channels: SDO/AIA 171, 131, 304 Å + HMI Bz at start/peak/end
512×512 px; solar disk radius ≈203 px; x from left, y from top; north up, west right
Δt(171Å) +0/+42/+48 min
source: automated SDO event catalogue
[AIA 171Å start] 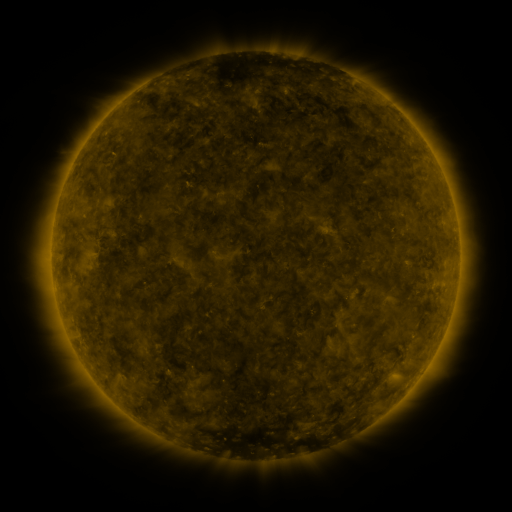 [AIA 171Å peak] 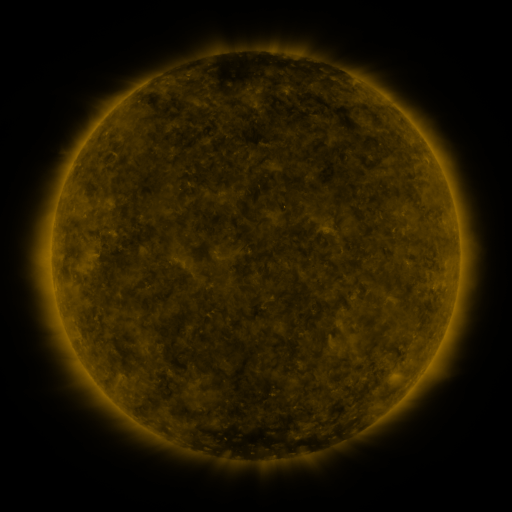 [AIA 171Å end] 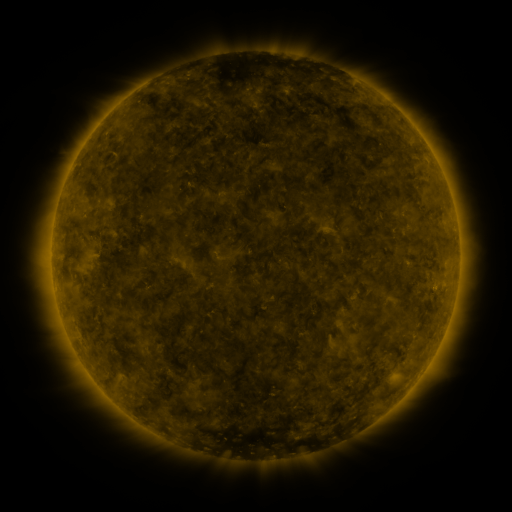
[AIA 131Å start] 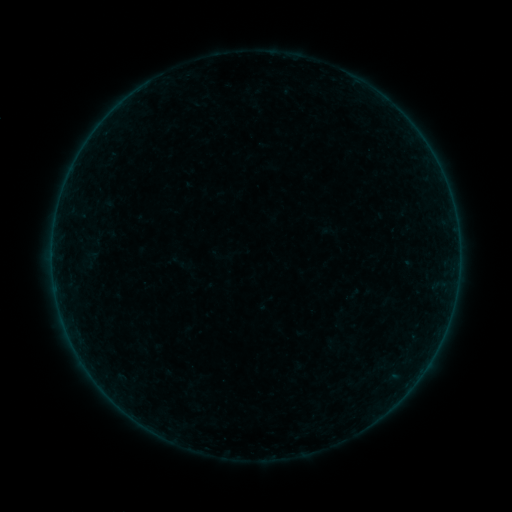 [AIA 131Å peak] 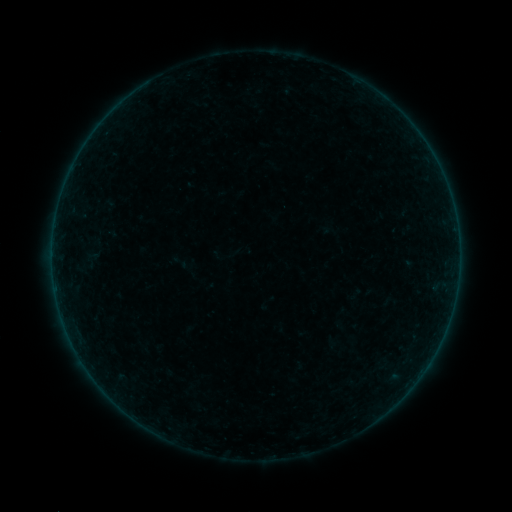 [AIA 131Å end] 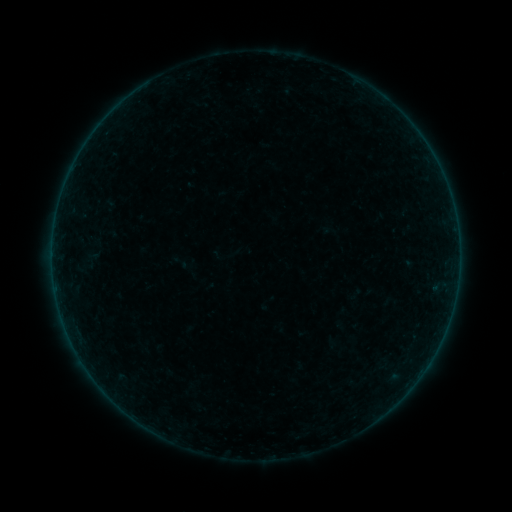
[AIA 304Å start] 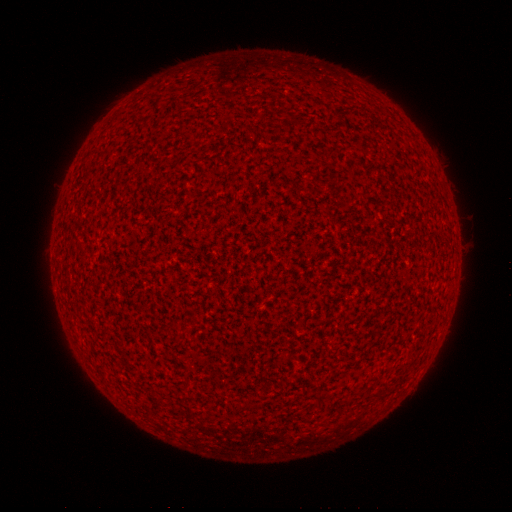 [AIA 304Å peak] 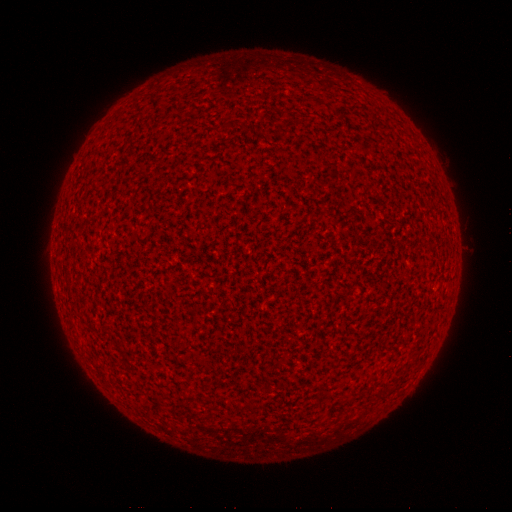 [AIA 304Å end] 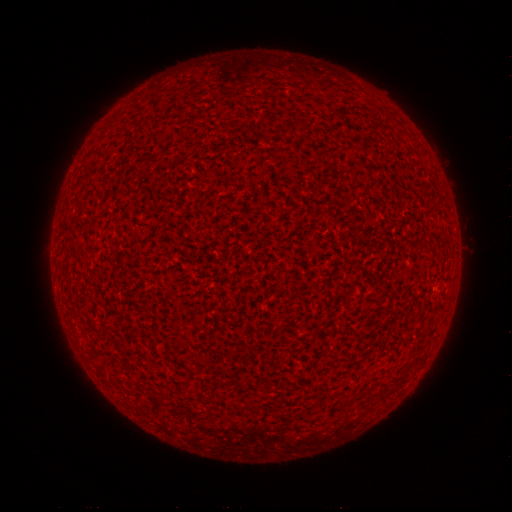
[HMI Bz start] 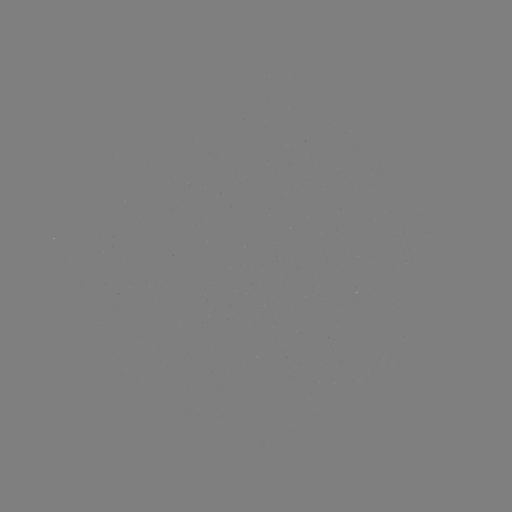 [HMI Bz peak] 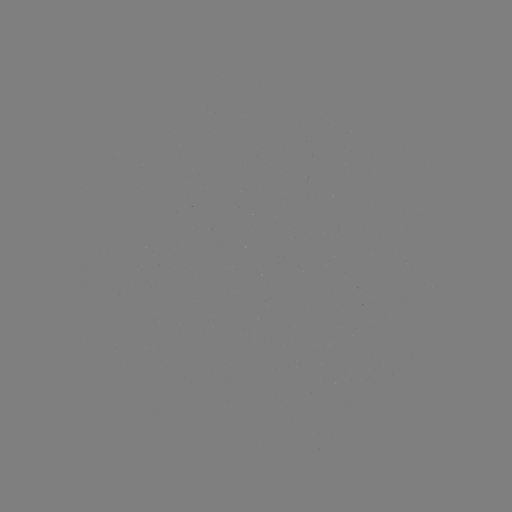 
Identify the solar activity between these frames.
A9.2 flare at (433, 288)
